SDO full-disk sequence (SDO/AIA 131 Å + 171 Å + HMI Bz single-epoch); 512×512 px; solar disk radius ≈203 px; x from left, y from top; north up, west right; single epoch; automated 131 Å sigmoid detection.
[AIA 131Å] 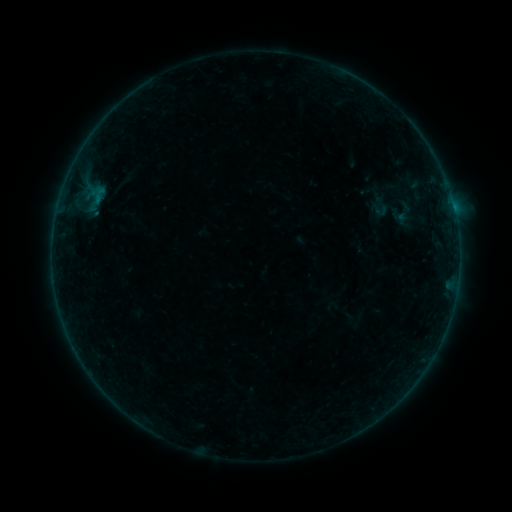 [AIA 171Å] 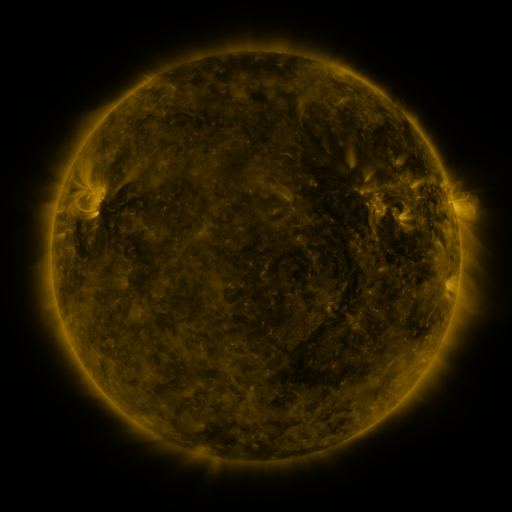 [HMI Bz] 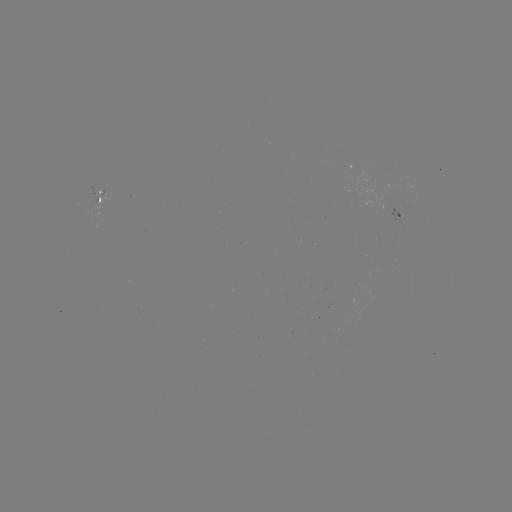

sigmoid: (365, 198, 393, 219)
